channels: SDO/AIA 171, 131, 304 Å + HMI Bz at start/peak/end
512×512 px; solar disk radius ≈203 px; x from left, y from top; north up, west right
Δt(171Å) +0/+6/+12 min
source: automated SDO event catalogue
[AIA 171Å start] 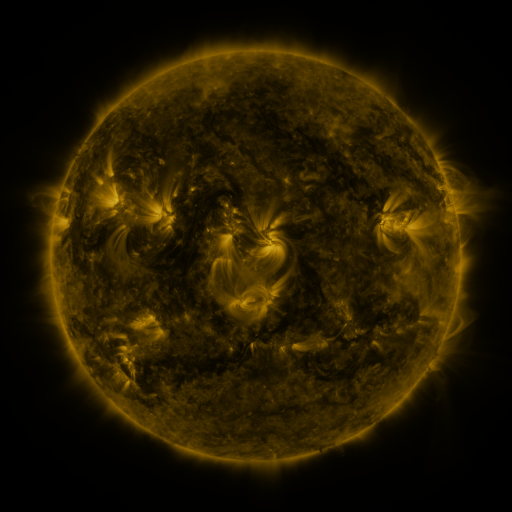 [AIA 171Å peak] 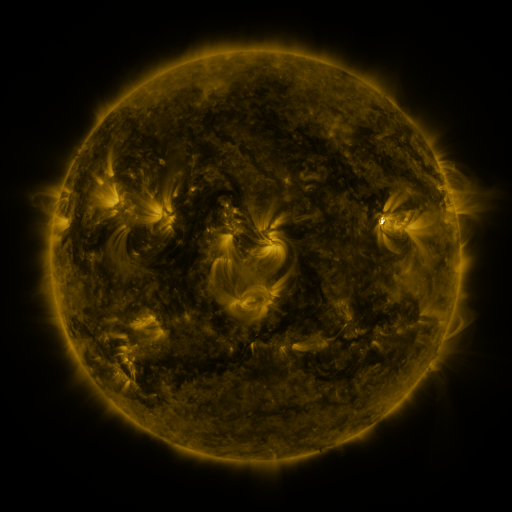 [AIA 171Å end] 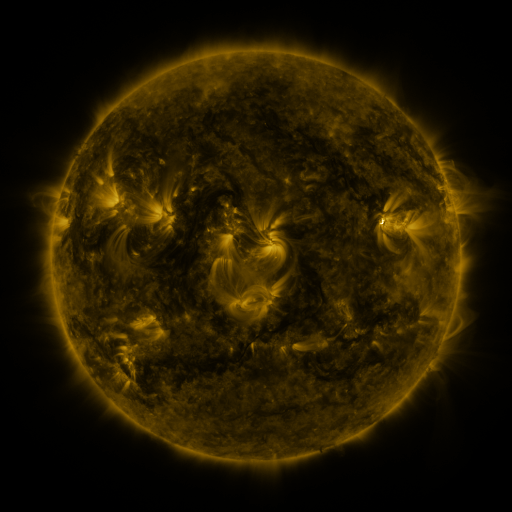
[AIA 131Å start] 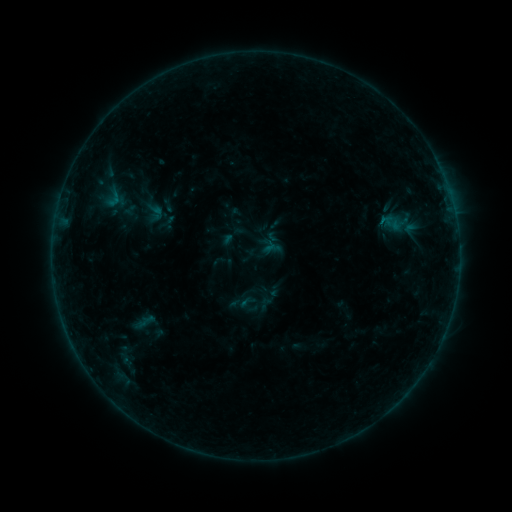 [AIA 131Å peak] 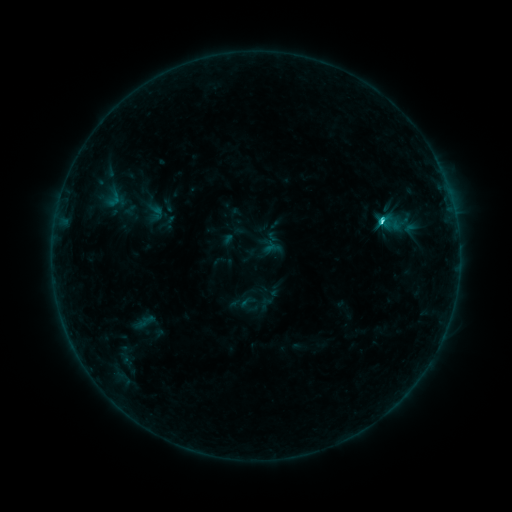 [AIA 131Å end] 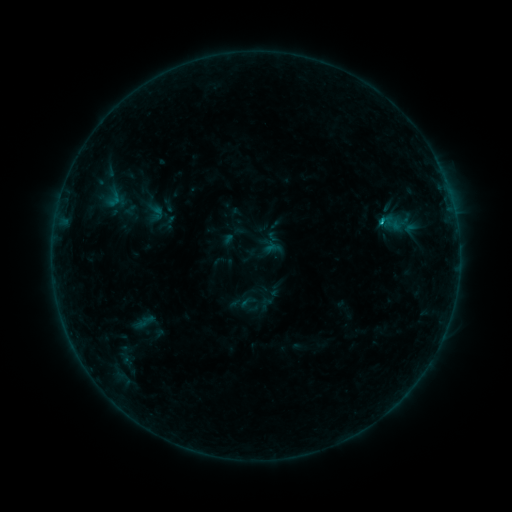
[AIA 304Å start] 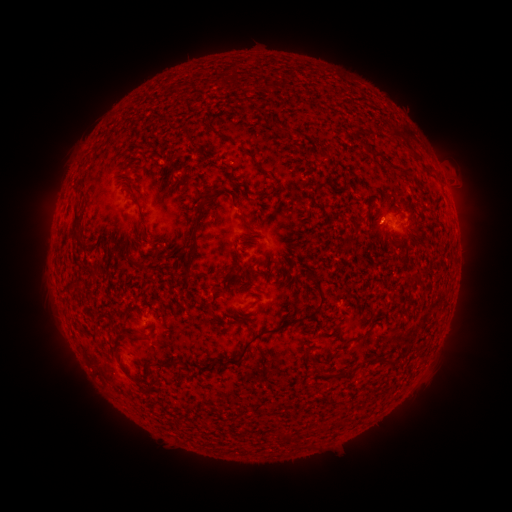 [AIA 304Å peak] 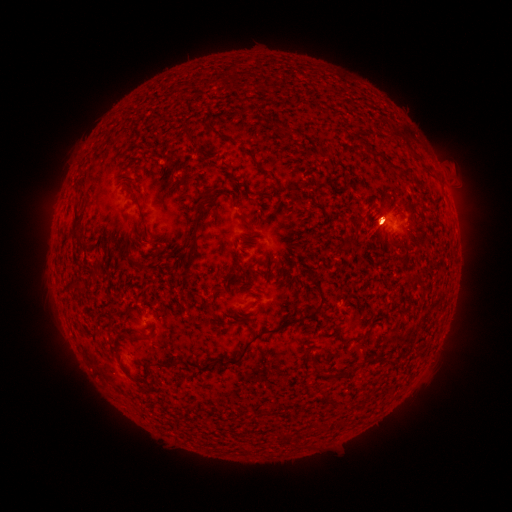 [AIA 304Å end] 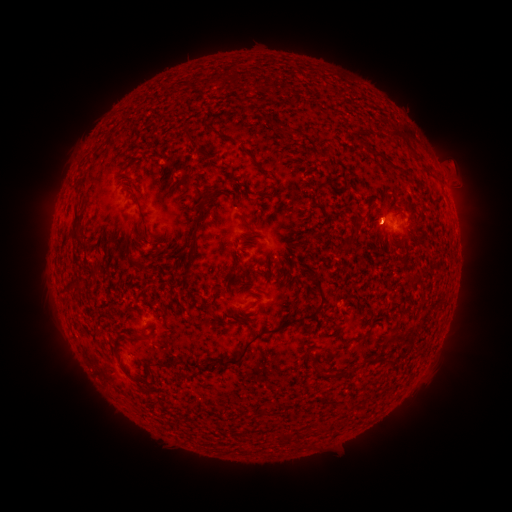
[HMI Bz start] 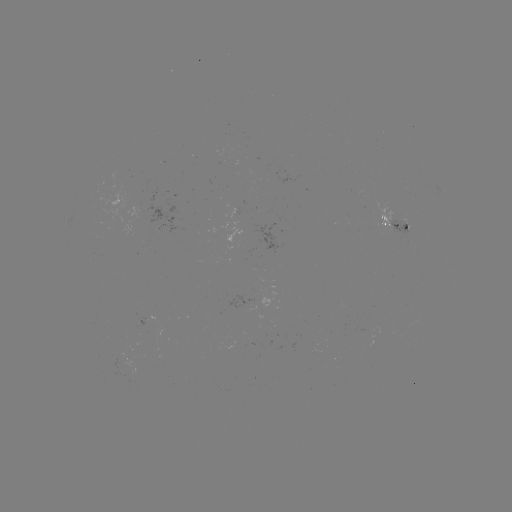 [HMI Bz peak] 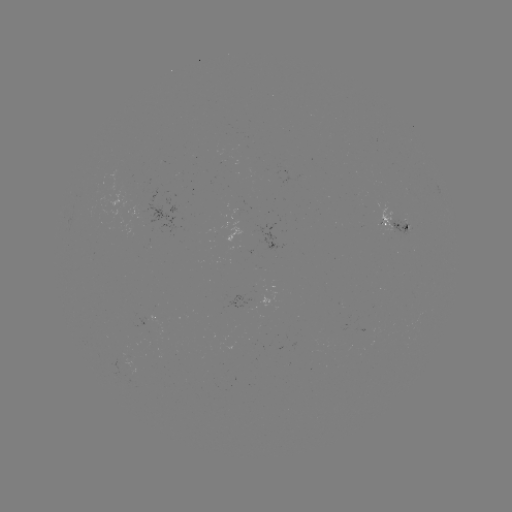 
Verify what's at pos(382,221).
C1.9 flare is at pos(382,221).